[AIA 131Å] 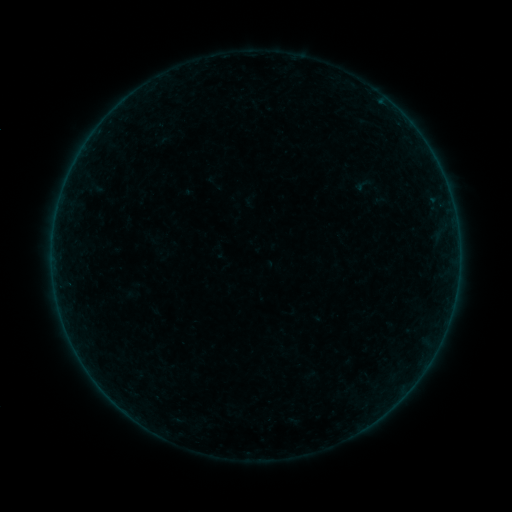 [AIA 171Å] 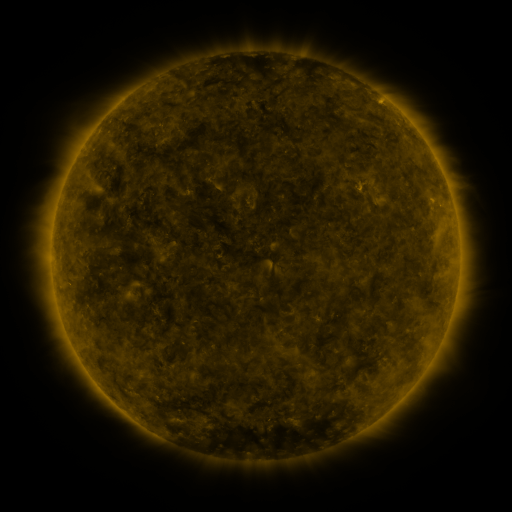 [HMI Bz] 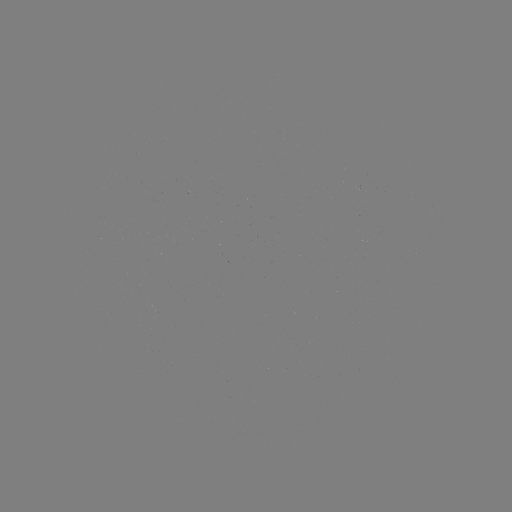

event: sigmoid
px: (363, 185)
